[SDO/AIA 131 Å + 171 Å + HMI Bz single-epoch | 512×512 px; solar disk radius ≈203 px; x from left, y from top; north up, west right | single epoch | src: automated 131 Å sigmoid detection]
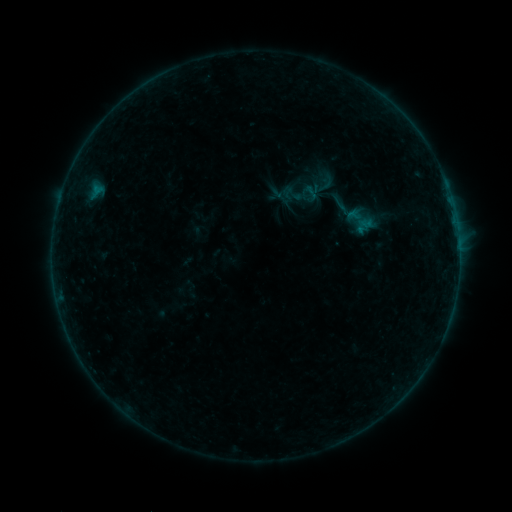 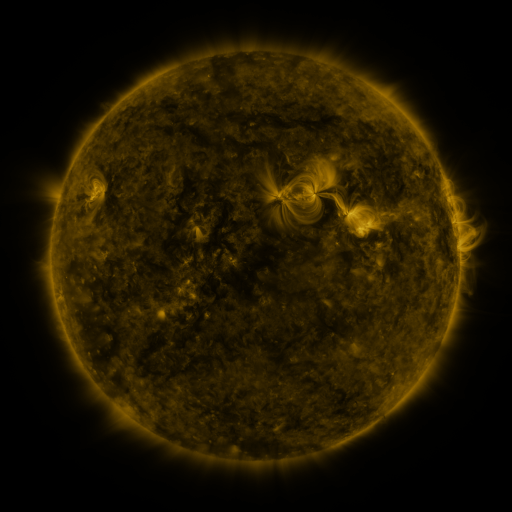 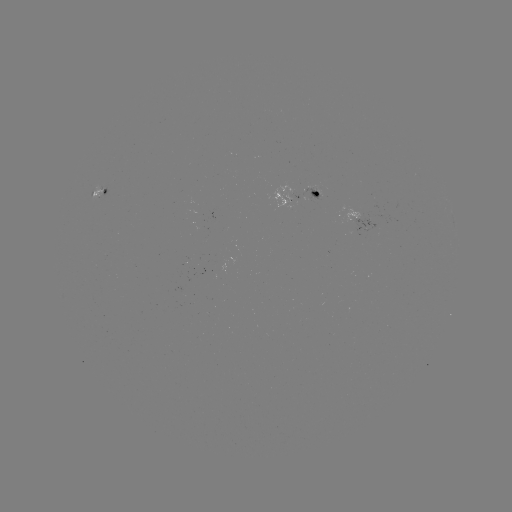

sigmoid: <bbox>314, 174, 338, 195</bbox>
